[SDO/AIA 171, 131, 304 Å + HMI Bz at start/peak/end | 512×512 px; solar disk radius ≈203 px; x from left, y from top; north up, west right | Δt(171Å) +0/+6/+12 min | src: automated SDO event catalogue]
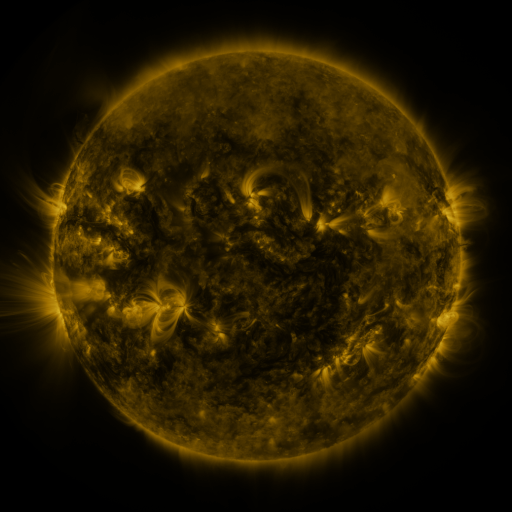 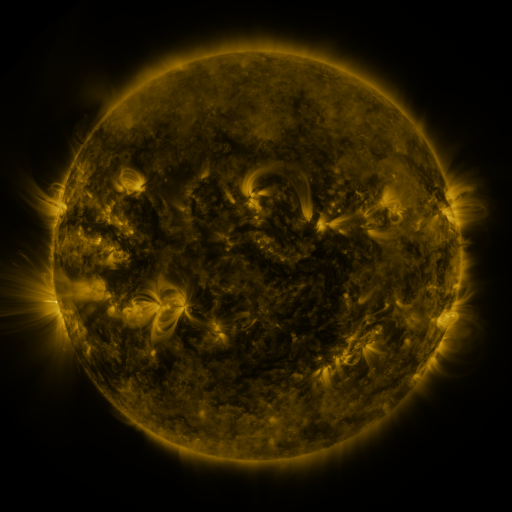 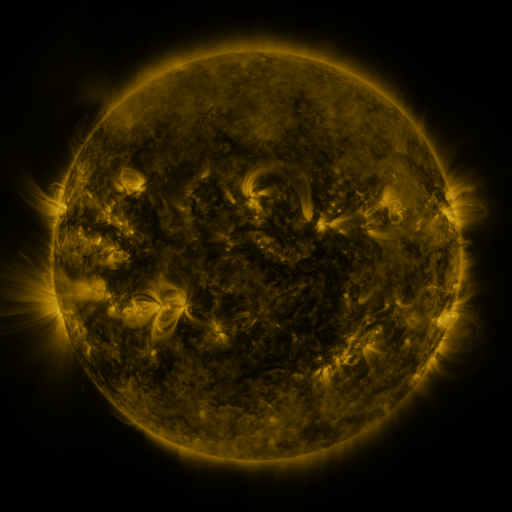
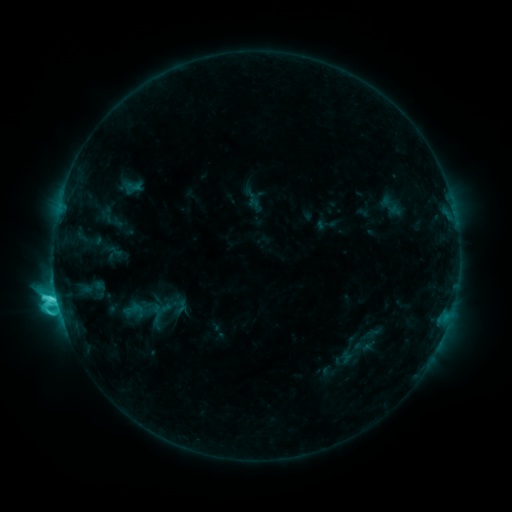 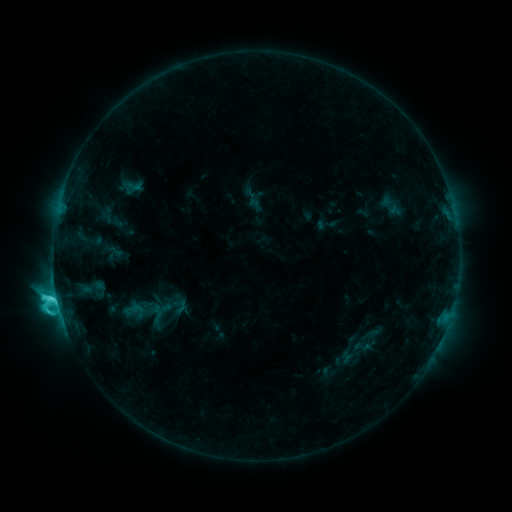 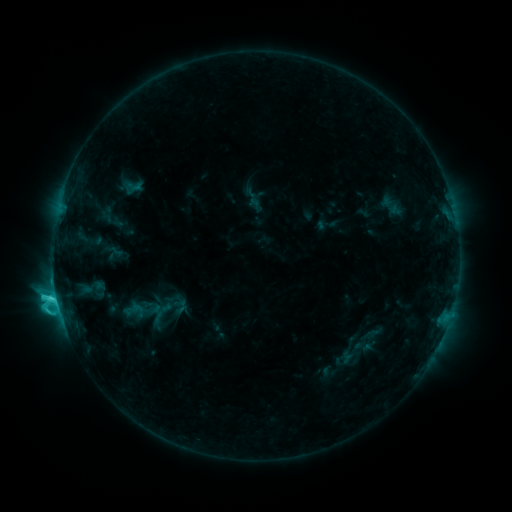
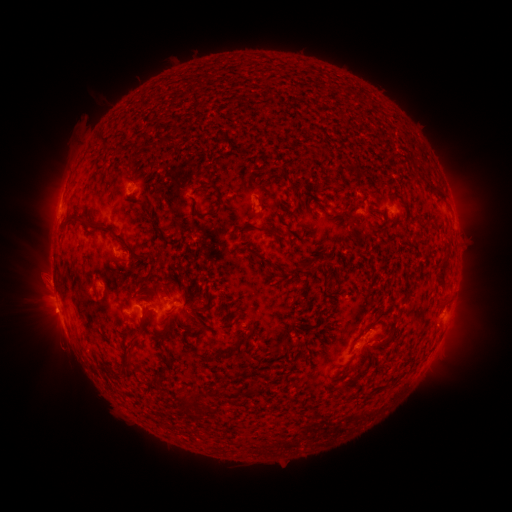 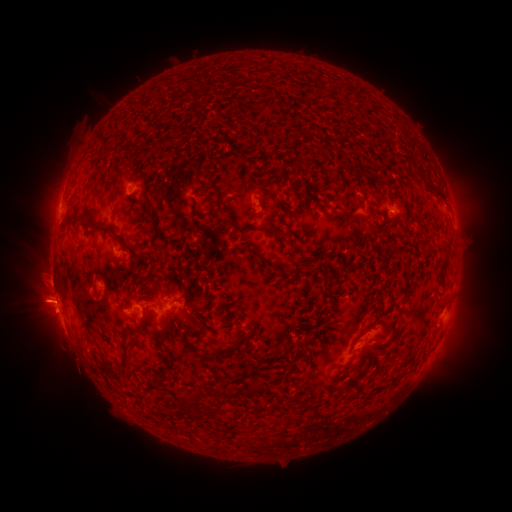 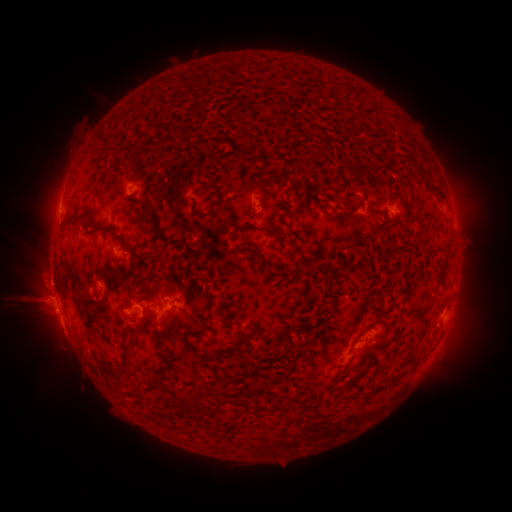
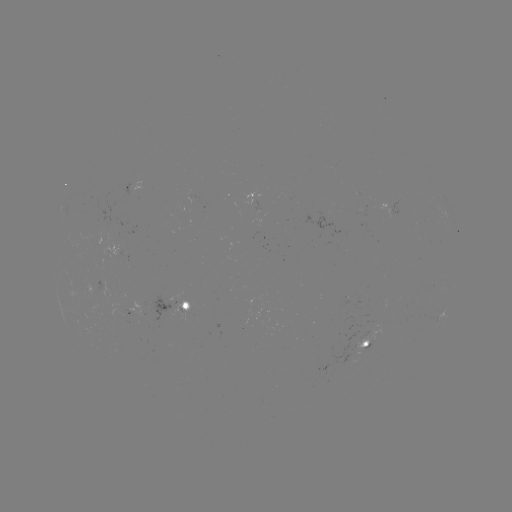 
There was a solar eruption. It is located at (40, 255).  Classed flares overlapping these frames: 2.